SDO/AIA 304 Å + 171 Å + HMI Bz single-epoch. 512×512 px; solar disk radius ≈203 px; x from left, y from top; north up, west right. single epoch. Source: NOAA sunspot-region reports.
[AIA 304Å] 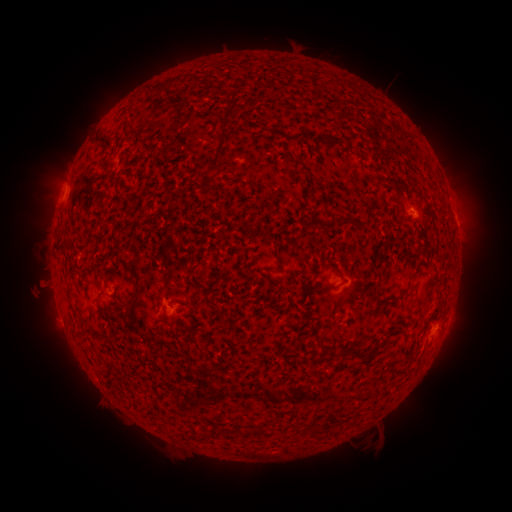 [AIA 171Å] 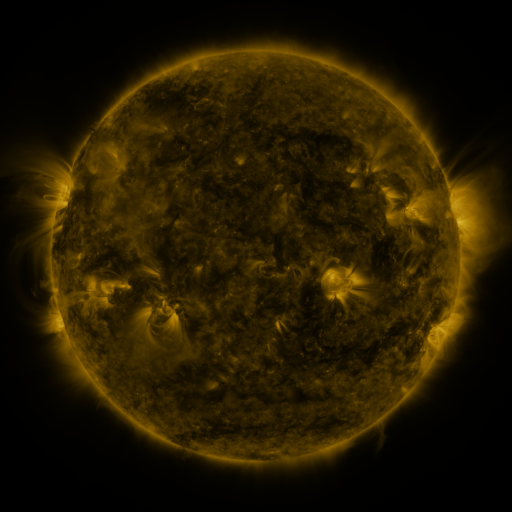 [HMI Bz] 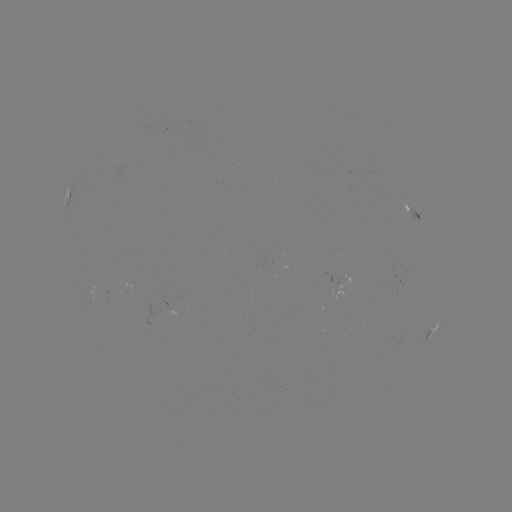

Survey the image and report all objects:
spotted active region: (67, 197)
spotted active region: (412, 212)
spotted active region: (456, 224)
spotted active region: (431, 334)
